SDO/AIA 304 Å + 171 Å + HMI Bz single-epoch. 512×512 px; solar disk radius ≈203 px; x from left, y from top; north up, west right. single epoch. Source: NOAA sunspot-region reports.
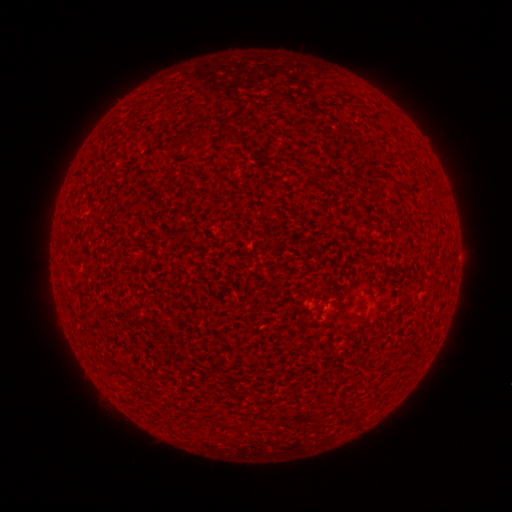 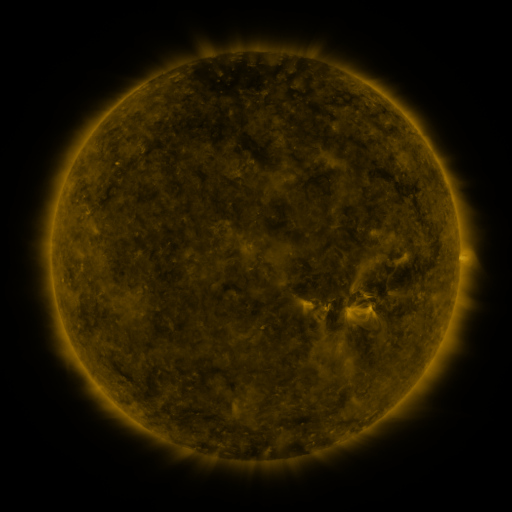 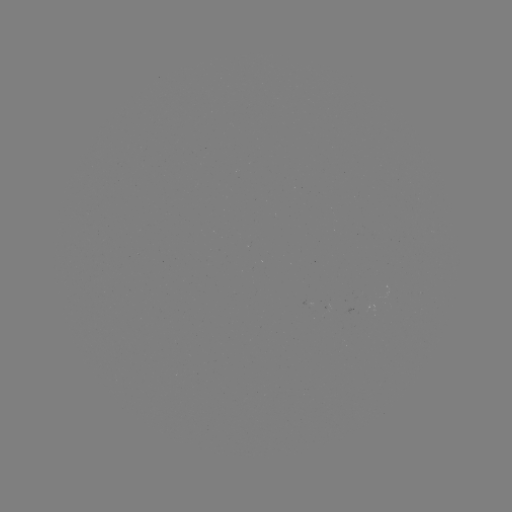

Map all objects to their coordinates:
(none)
